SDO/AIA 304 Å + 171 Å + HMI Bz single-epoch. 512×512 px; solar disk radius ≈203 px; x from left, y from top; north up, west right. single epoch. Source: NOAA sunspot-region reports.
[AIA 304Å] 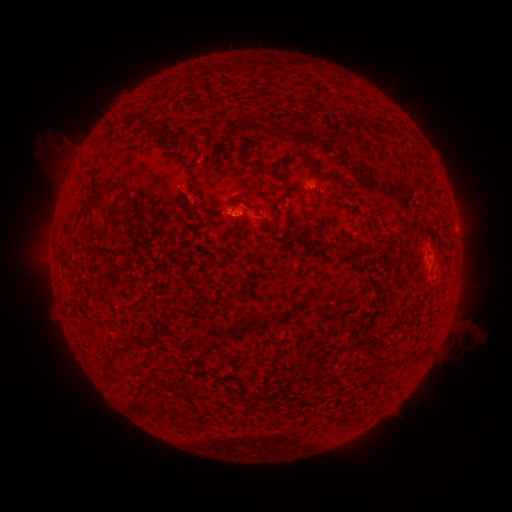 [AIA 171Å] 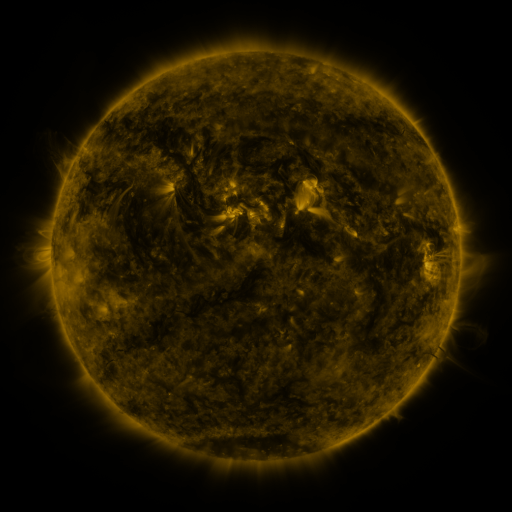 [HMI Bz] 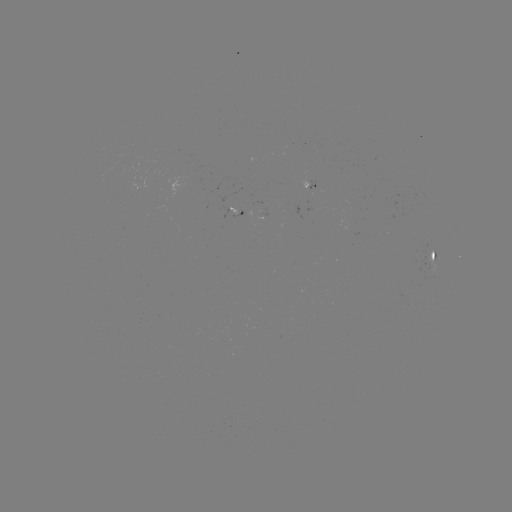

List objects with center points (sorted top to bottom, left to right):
spotted active region: (310, 185)
spotted active region: (234, 212)
spotted active region: (433, 262)
